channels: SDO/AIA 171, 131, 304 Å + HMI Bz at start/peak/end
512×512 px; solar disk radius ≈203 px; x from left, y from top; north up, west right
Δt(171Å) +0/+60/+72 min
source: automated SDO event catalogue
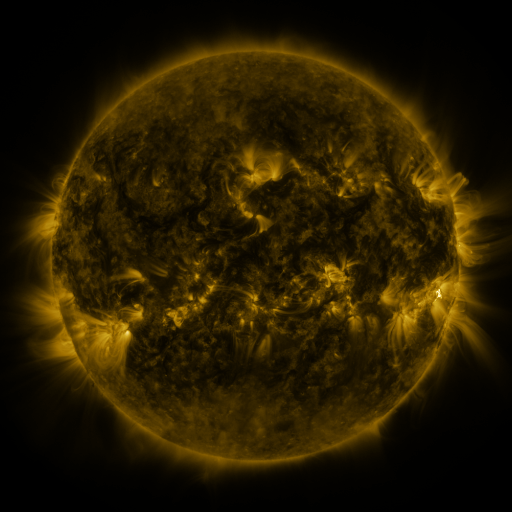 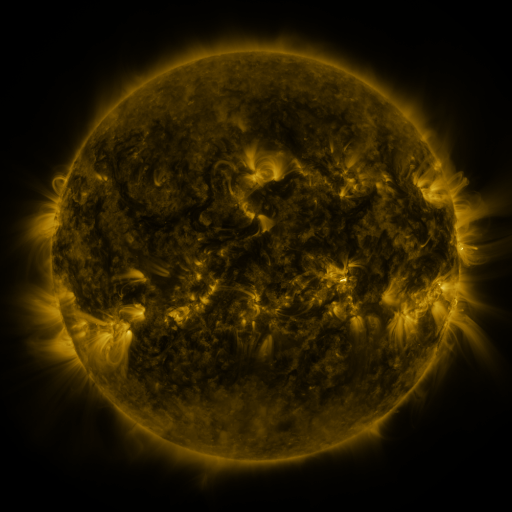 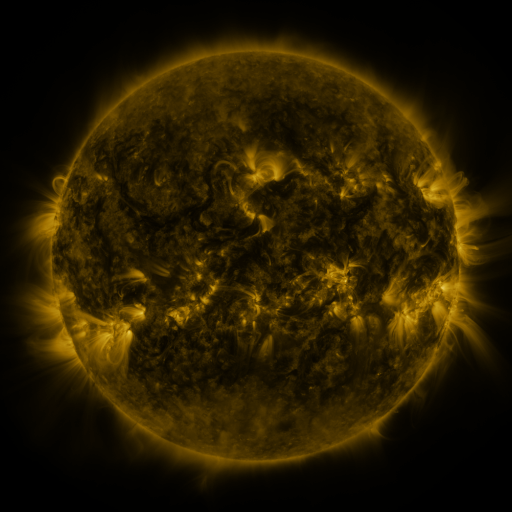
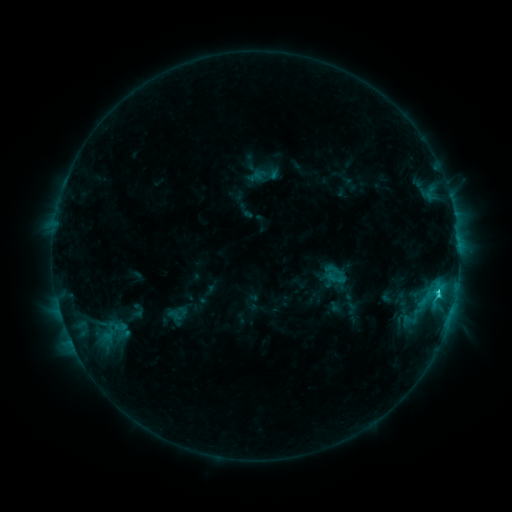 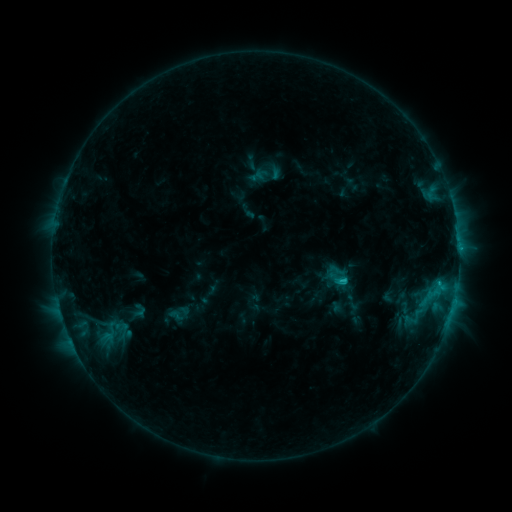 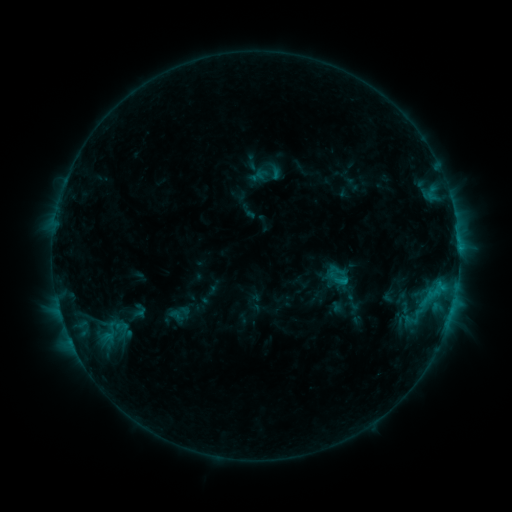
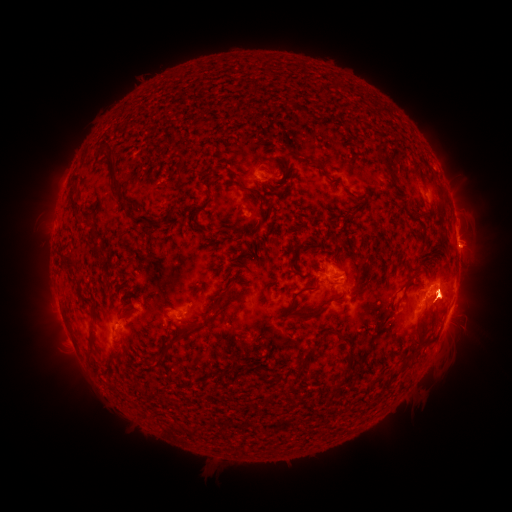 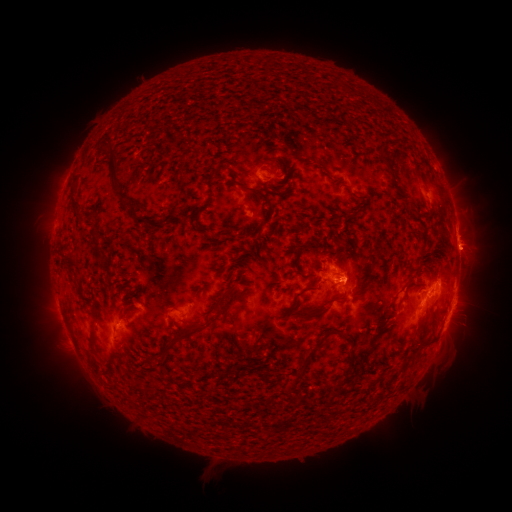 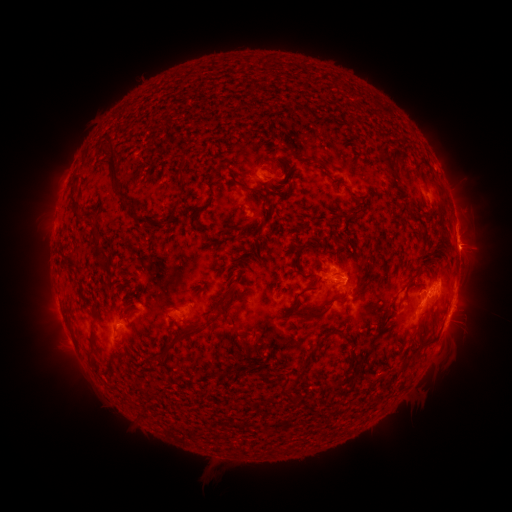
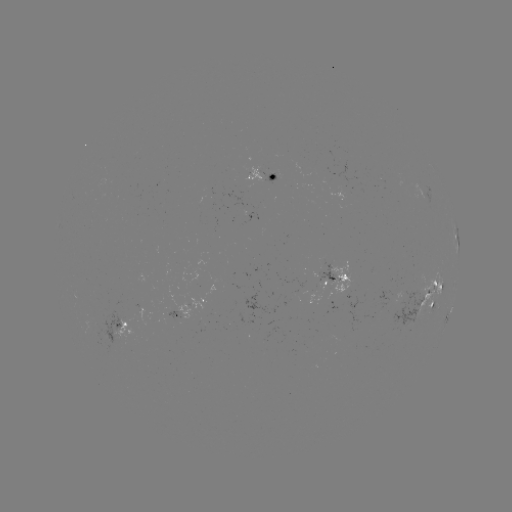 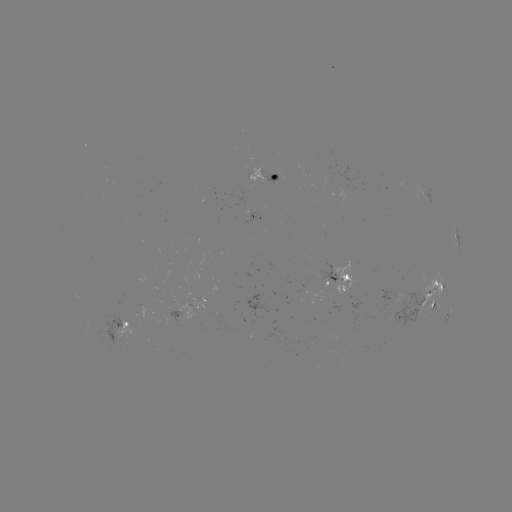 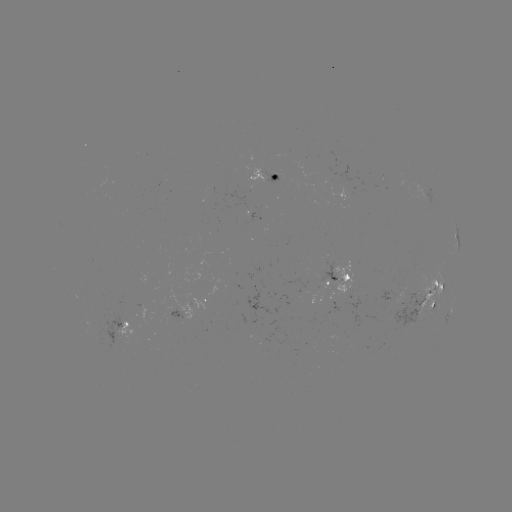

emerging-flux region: [132, 305, 150, 325]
